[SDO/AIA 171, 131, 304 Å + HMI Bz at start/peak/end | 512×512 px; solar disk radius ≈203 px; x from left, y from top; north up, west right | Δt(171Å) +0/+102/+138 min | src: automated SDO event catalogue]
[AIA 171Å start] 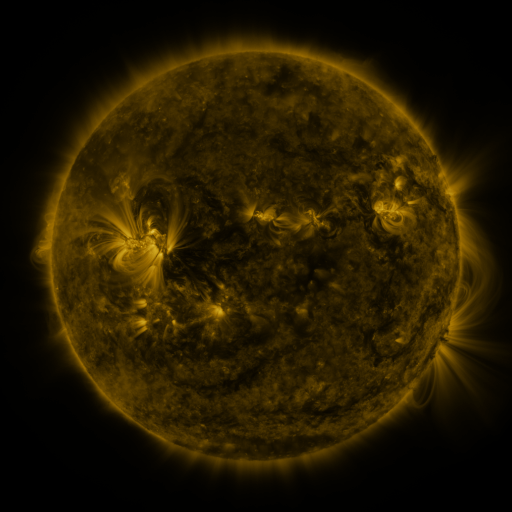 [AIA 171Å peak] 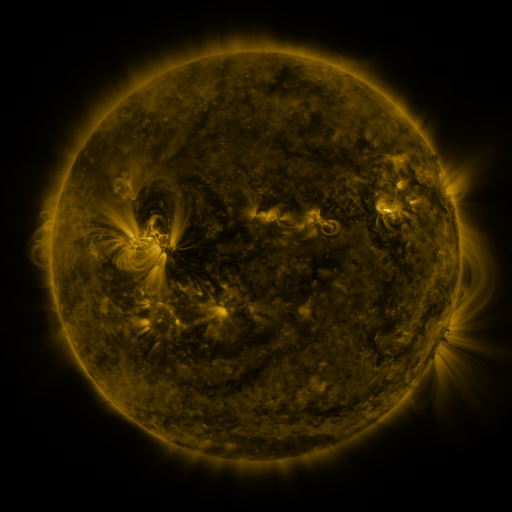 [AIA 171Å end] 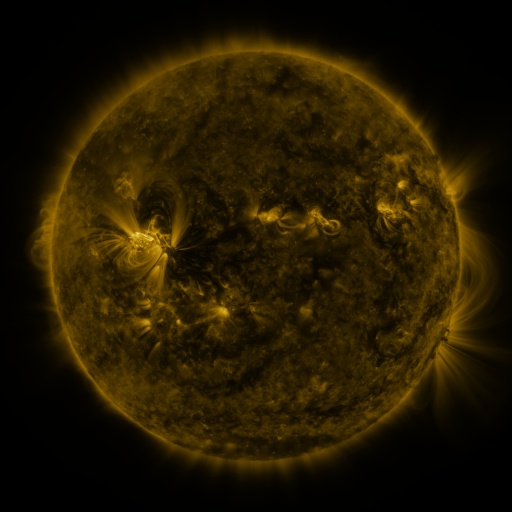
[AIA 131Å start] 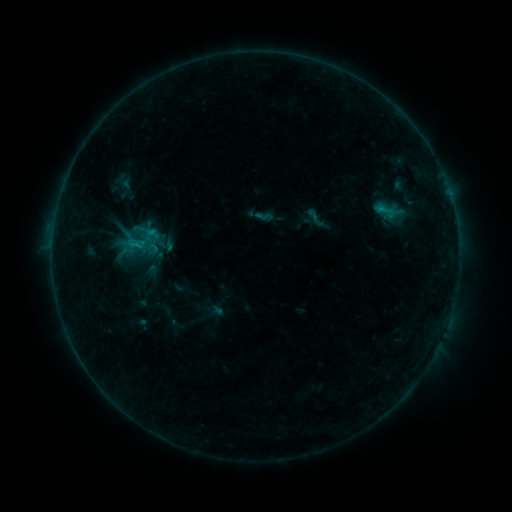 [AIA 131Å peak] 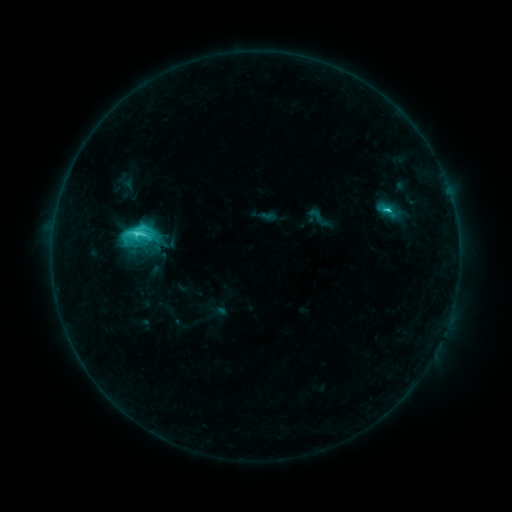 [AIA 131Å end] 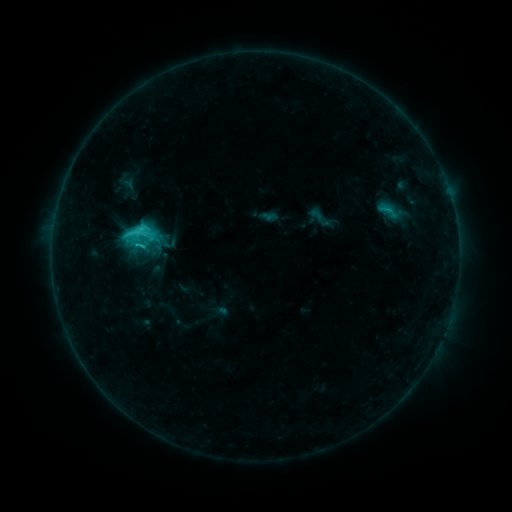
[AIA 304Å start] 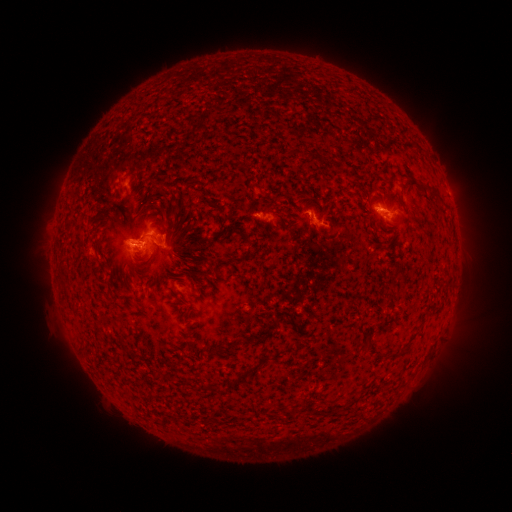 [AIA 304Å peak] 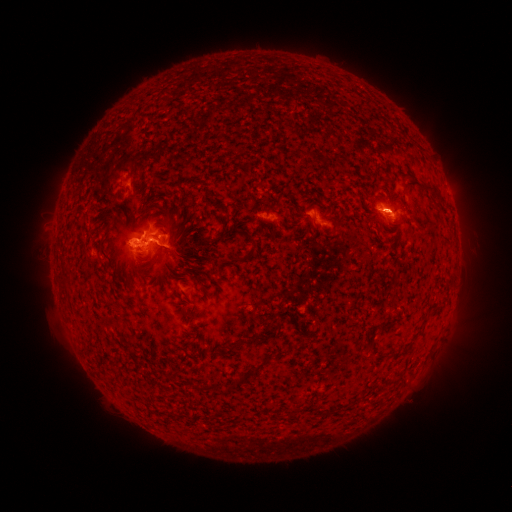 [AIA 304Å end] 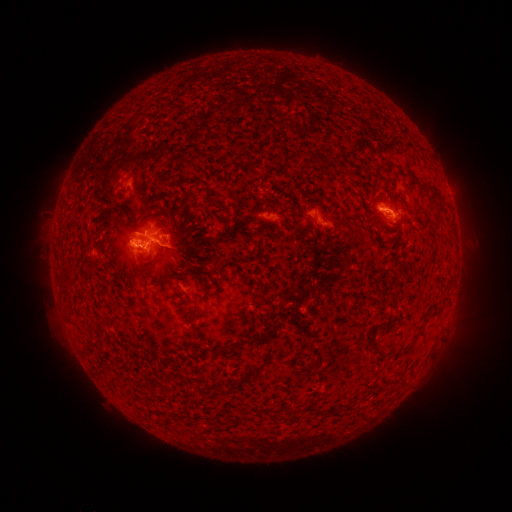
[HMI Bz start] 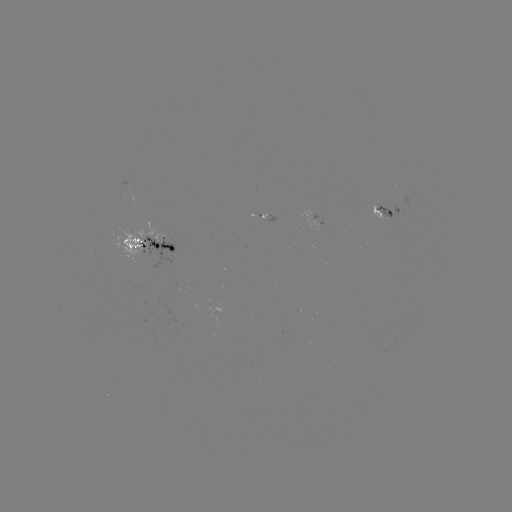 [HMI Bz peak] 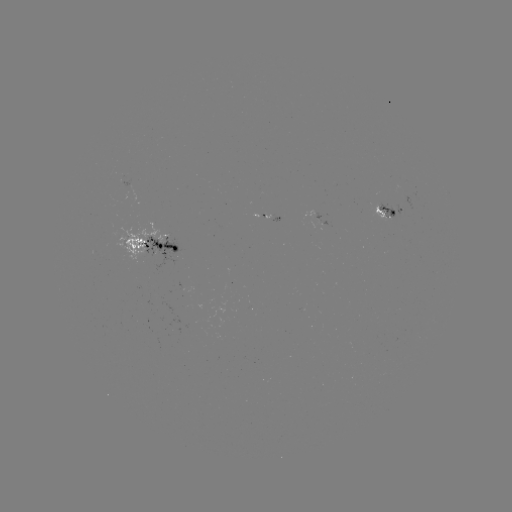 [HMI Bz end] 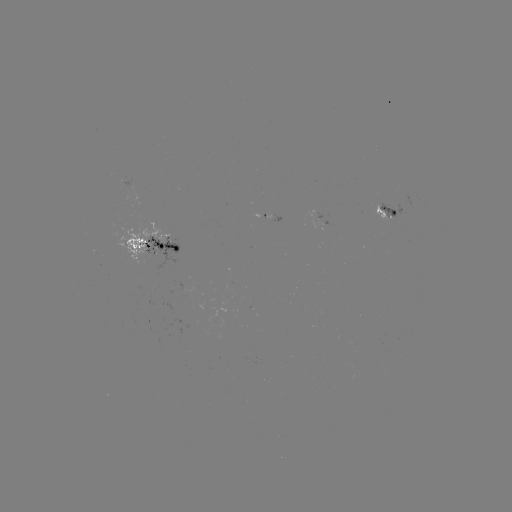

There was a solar flare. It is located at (387, 210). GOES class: C6.4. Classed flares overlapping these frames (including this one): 2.